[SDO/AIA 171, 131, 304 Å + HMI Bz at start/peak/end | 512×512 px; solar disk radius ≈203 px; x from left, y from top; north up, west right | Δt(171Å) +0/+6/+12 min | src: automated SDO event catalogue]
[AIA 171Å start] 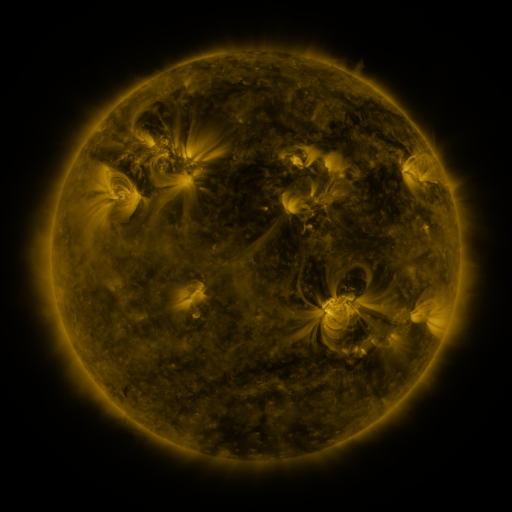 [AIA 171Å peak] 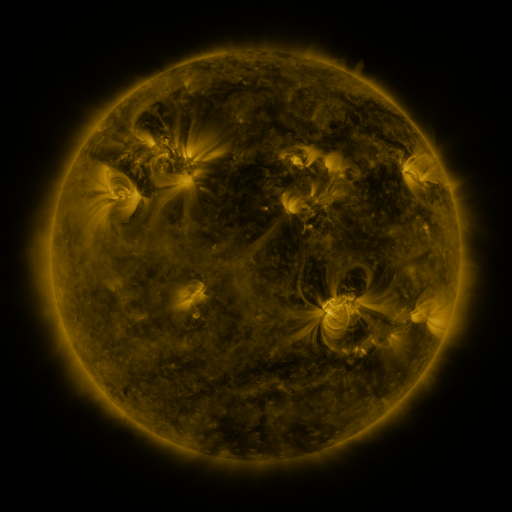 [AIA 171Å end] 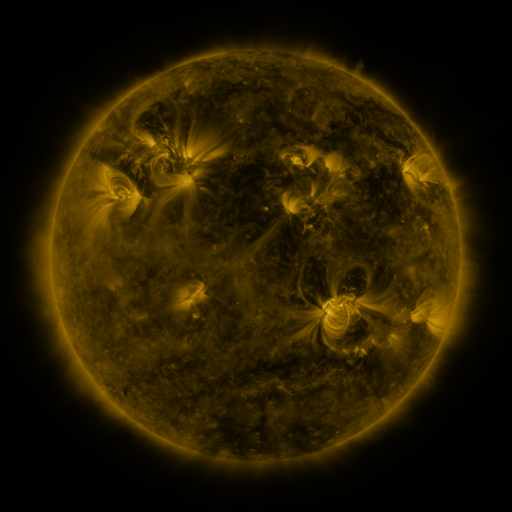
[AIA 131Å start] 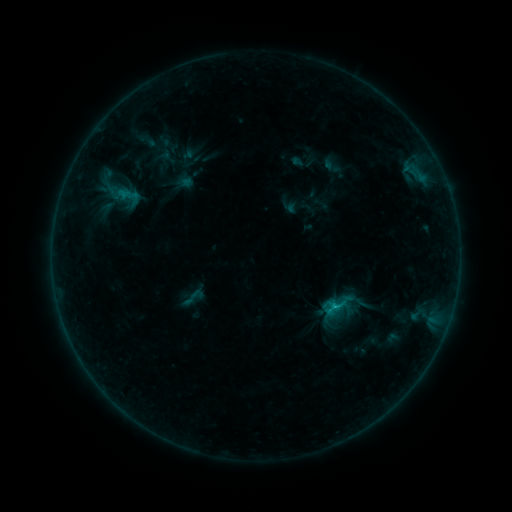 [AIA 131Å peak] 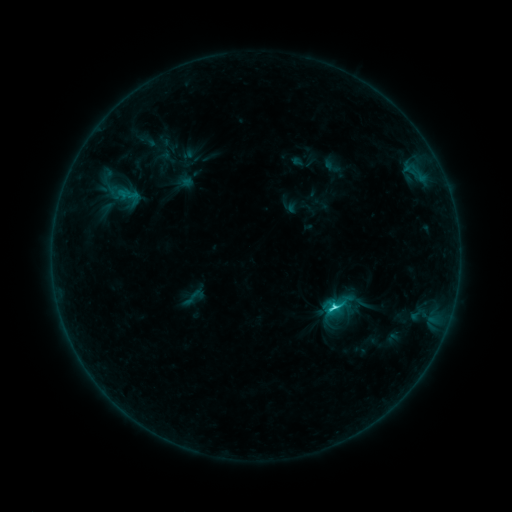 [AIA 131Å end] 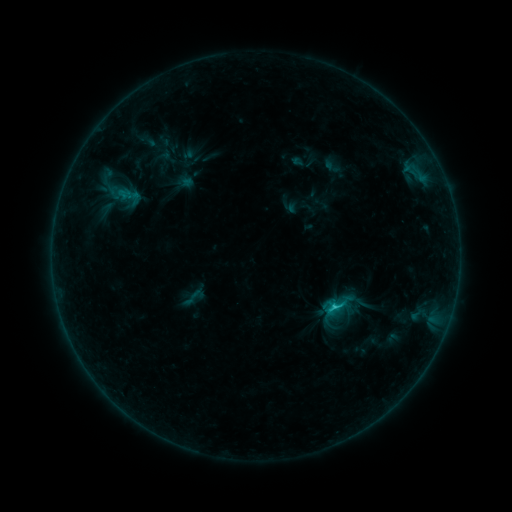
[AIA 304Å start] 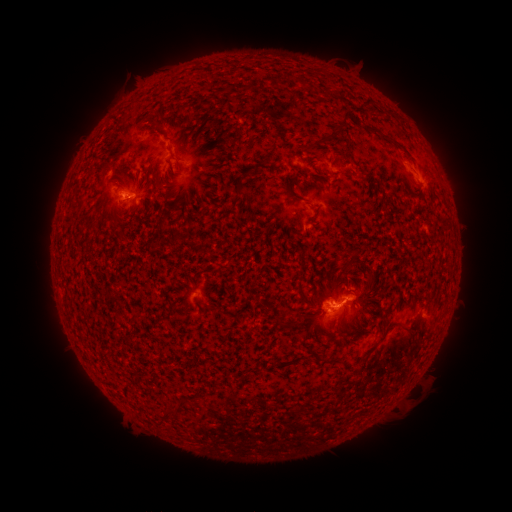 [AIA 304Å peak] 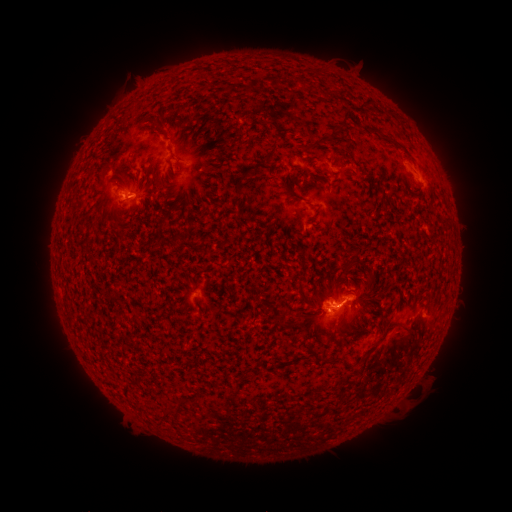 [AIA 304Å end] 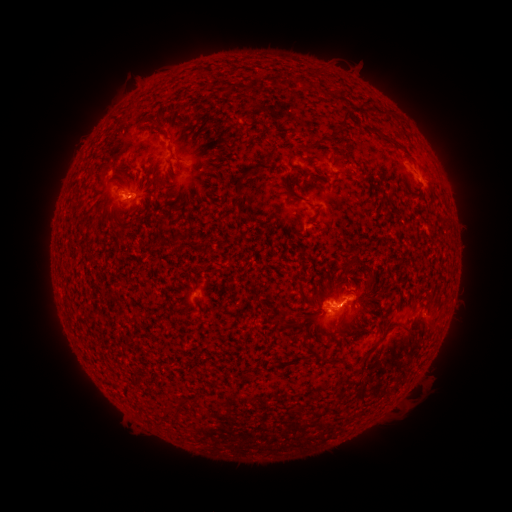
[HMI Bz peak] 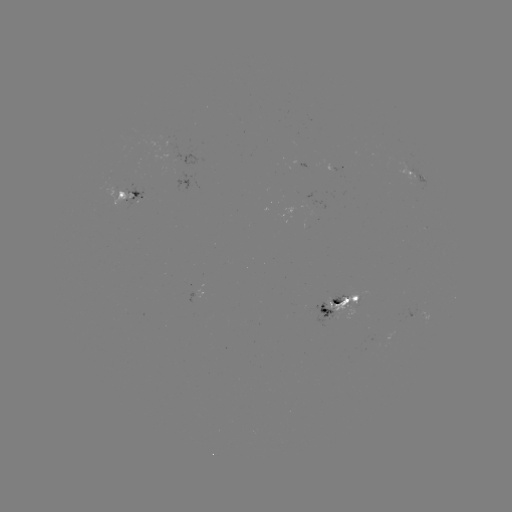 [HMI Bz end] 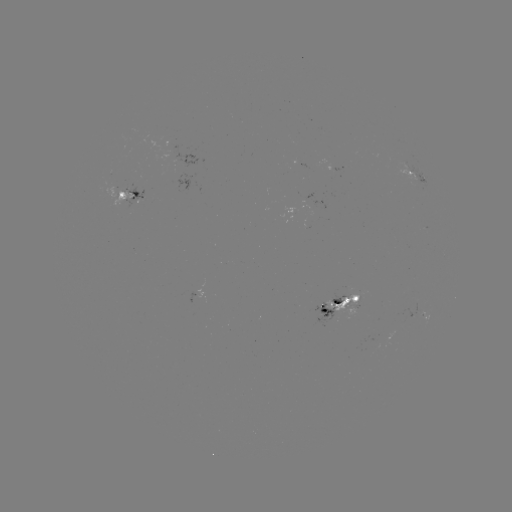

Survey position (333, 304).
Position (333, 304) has C2.0 flare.